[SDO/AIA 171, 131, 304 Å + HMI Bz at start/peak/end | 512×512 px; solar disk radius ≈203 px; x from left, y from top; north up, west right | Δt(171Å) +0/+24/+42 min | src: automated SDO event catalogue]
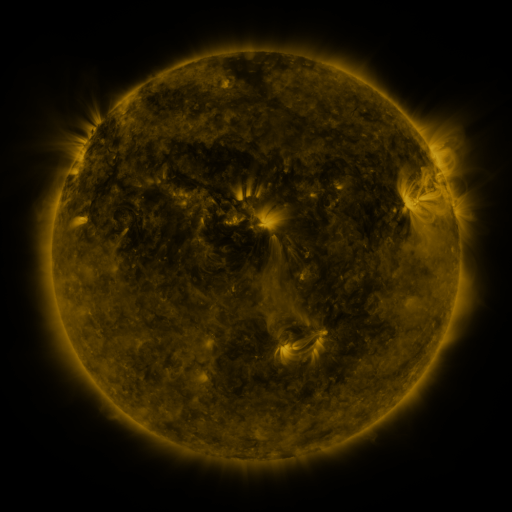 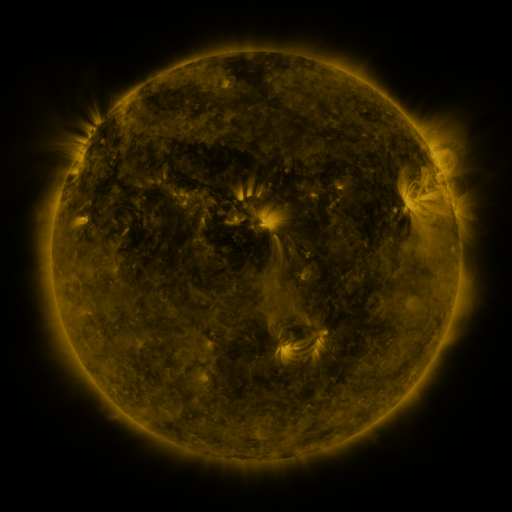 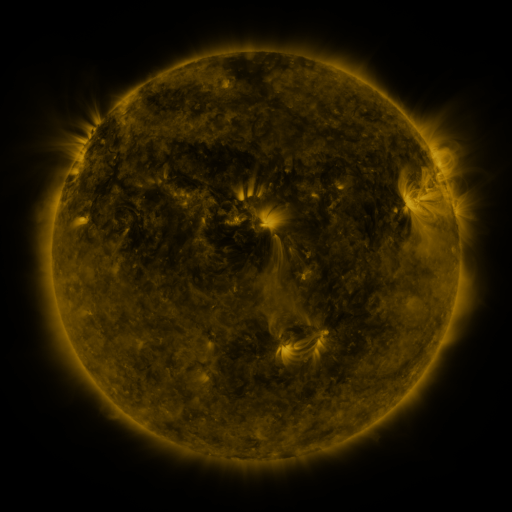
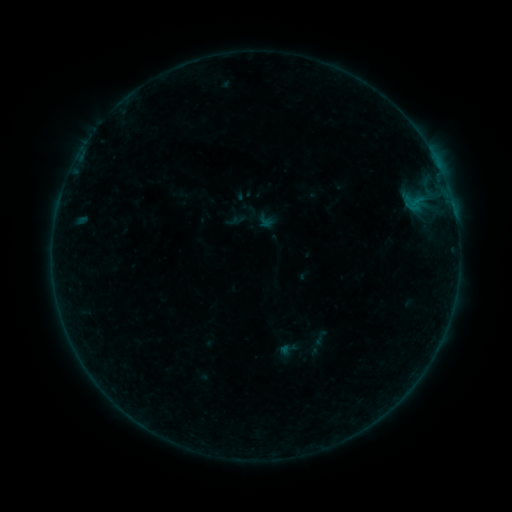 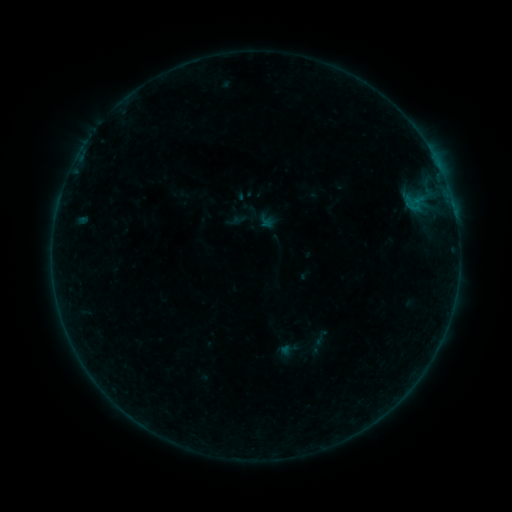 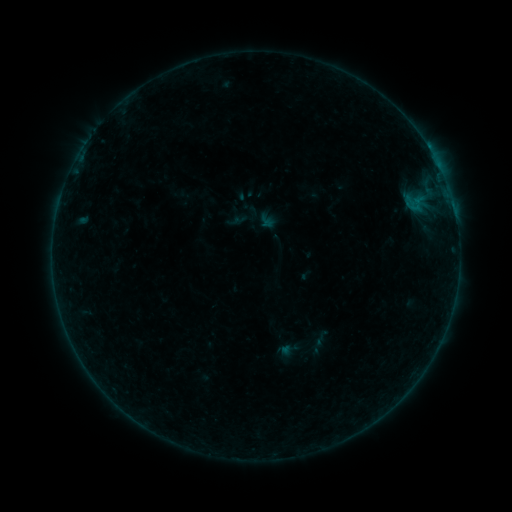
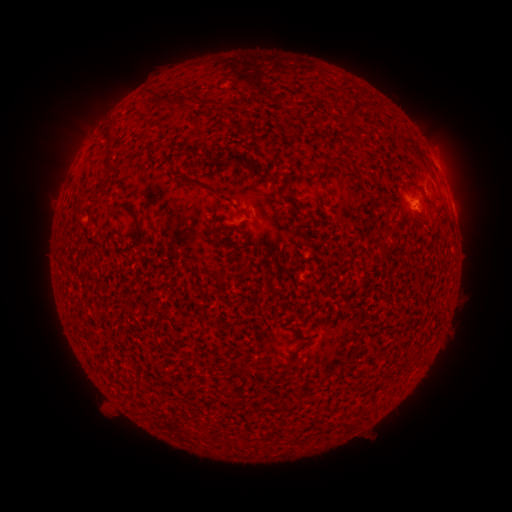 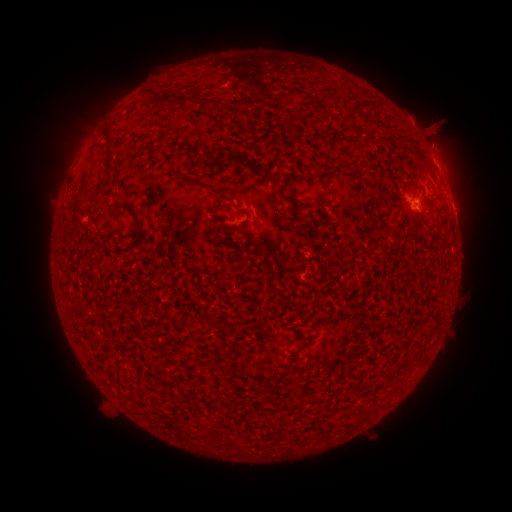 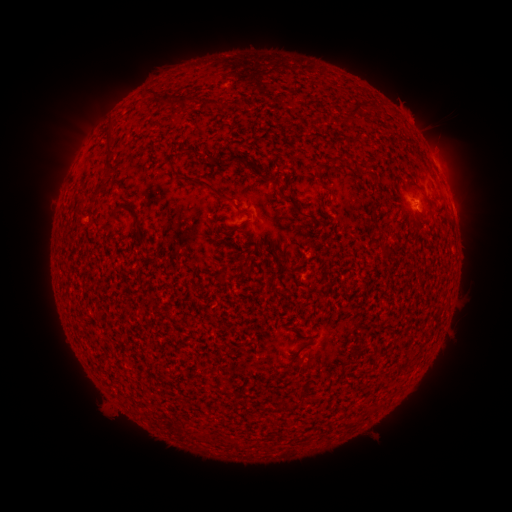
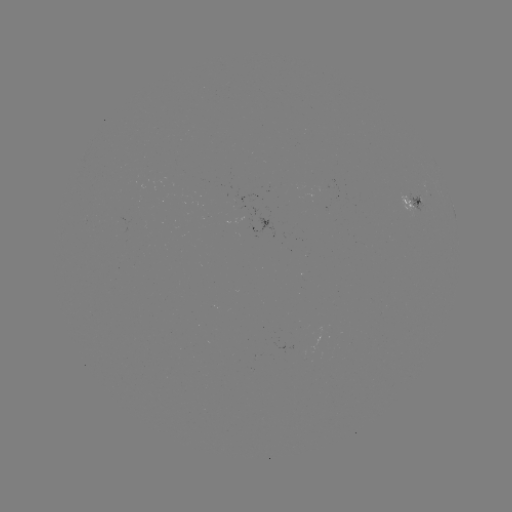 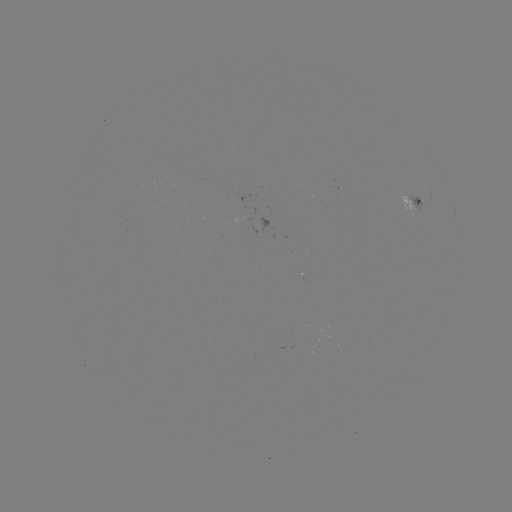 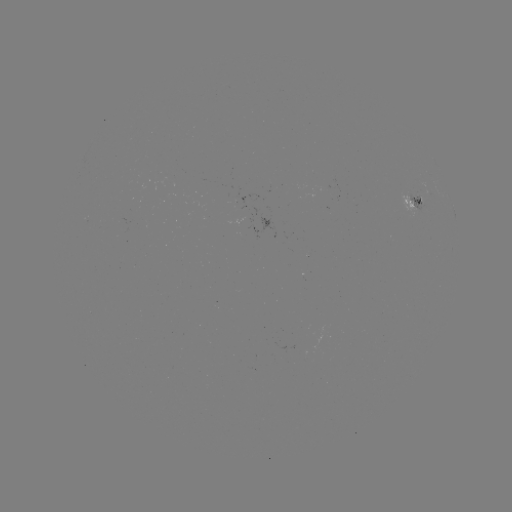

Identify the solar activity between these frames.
eruption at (433, 125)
